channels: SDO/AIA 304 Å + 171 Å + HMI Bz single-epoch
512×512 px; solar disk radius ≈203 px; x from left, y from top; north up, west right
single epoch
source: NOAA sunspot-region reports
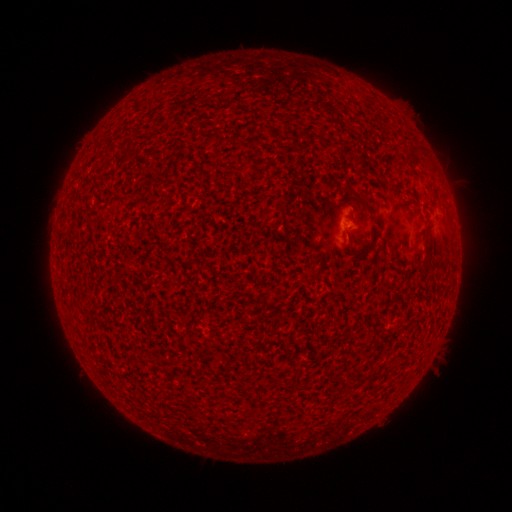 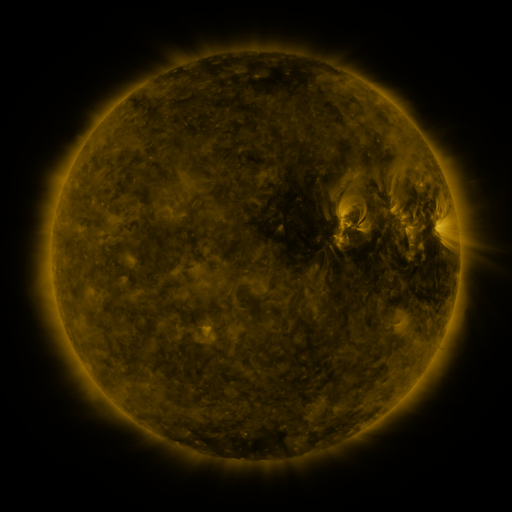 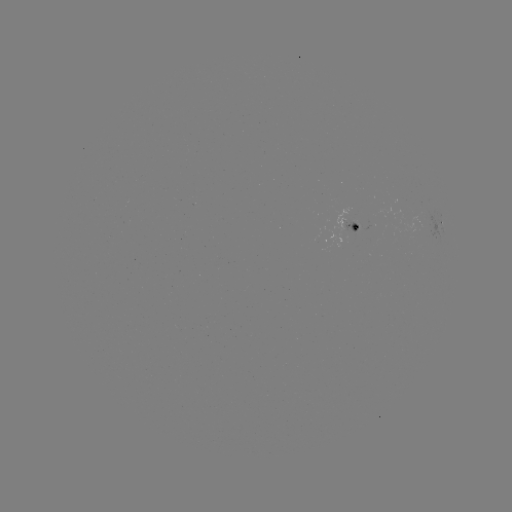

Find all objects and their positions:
spotted active region: (441, 223)
spotted active region: (357, 226)
